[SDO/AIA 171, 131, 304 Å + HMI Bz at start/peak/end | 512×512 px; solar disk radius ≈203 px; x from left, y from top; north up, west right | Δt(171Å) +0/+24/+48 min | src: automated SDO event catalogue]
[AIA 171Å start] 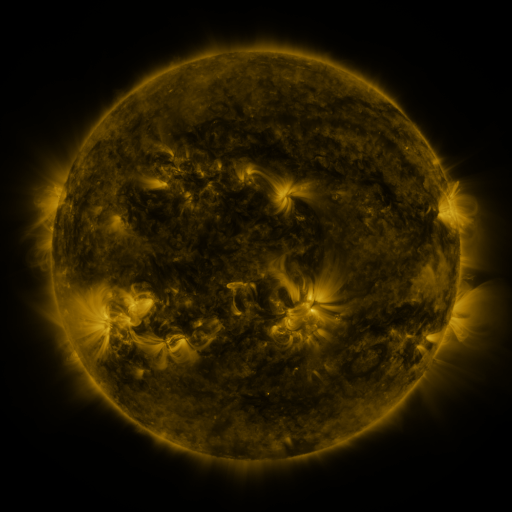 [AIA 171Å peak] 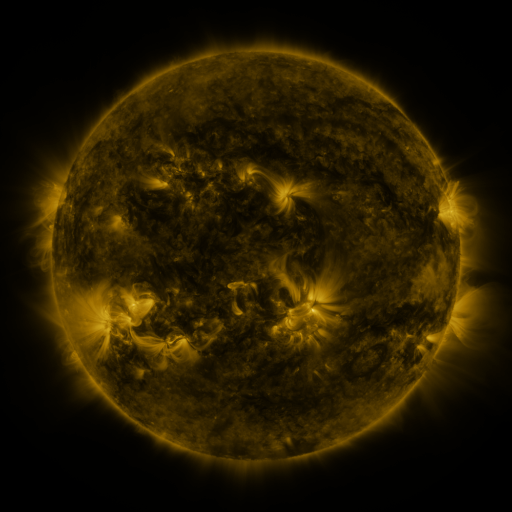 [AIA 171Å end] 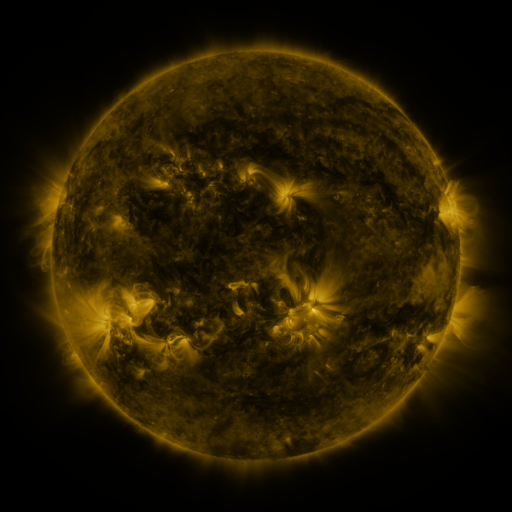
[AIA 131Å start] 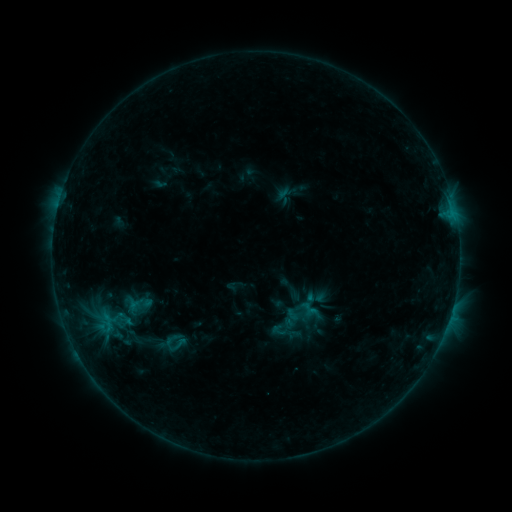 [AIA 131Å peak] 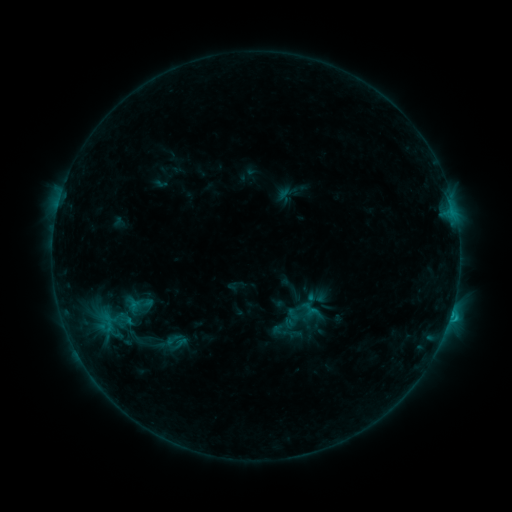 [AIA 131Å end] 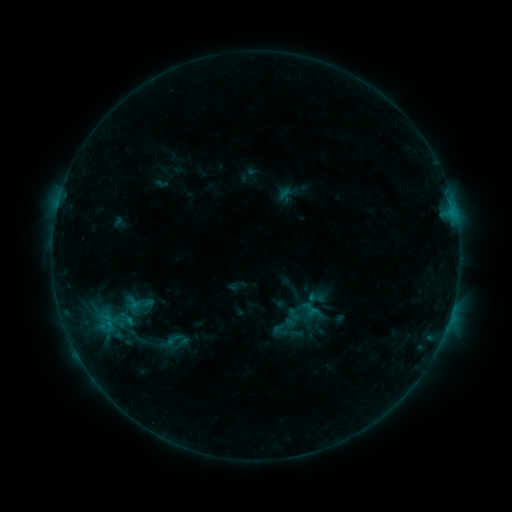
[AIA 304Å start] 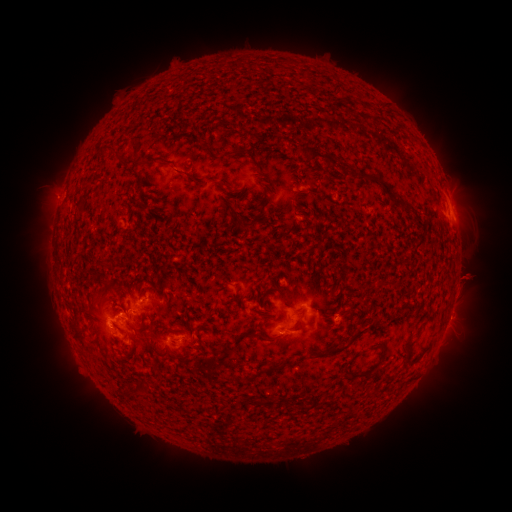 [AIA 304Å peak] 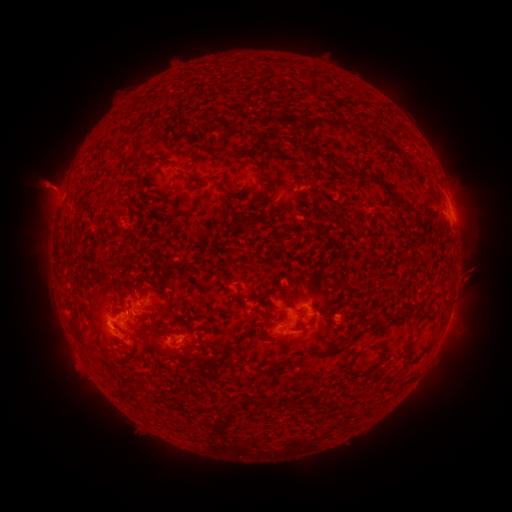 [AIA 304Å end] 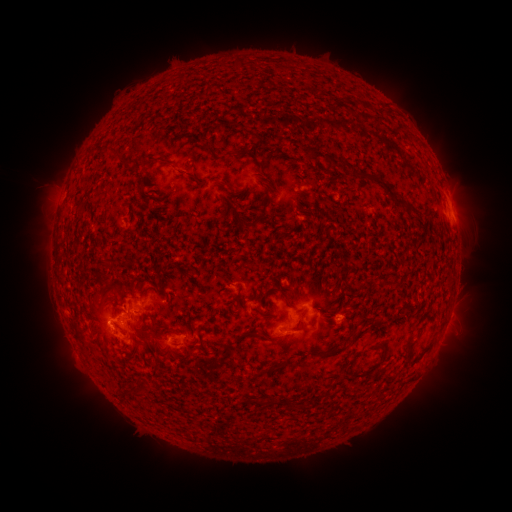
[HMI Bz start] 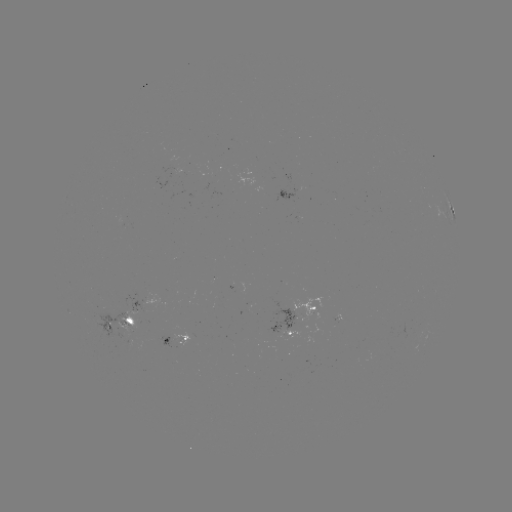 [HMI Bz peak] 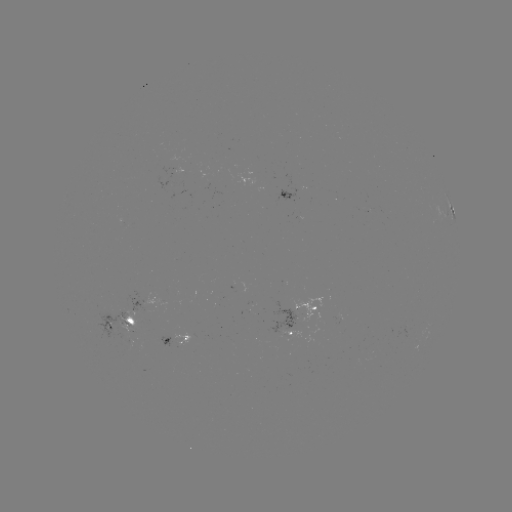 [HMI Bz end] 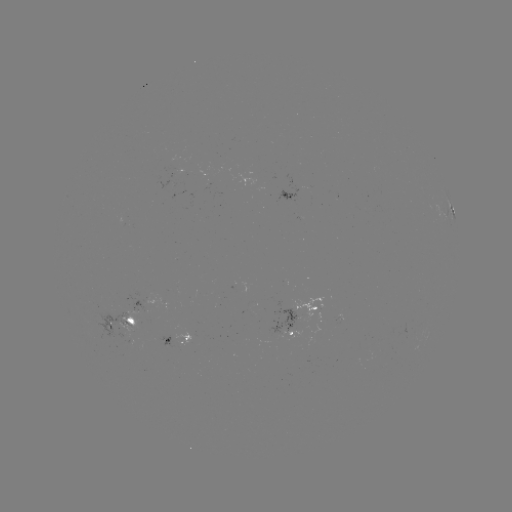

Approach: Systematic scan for C1.1 flare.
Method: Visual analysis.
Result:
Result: C1.1 flare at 450,314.